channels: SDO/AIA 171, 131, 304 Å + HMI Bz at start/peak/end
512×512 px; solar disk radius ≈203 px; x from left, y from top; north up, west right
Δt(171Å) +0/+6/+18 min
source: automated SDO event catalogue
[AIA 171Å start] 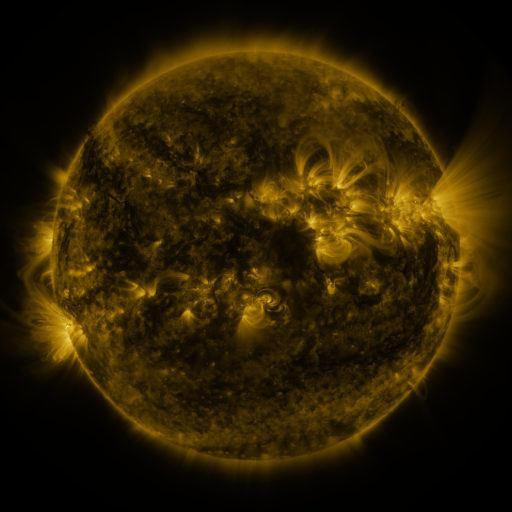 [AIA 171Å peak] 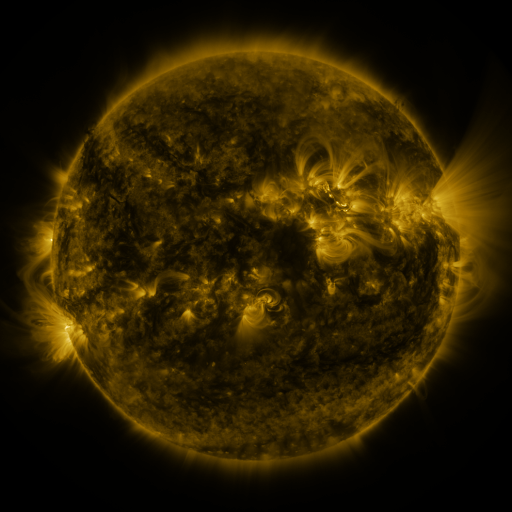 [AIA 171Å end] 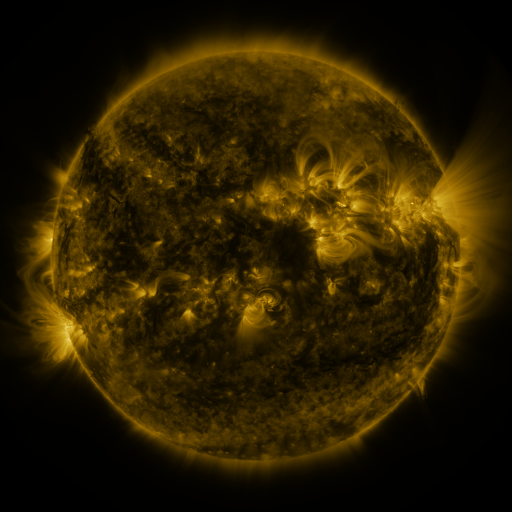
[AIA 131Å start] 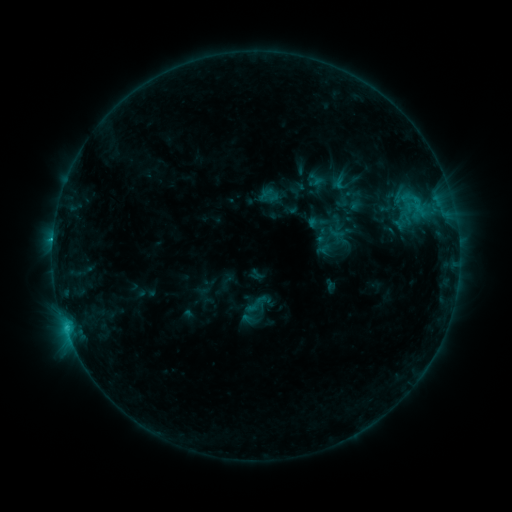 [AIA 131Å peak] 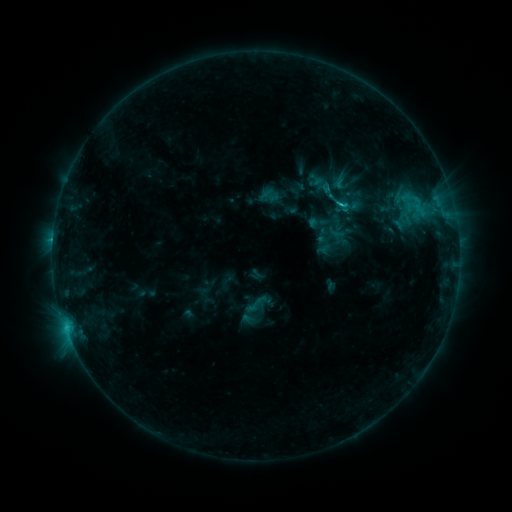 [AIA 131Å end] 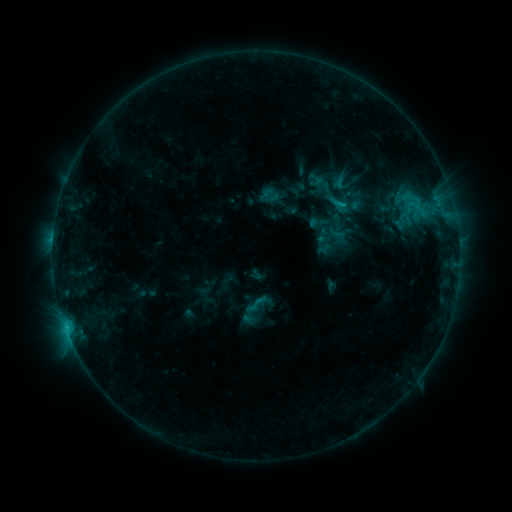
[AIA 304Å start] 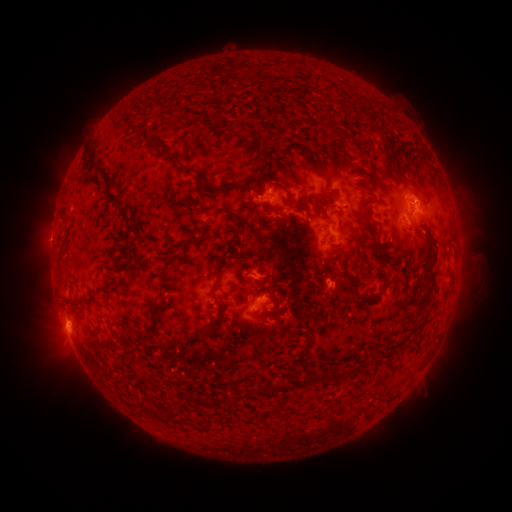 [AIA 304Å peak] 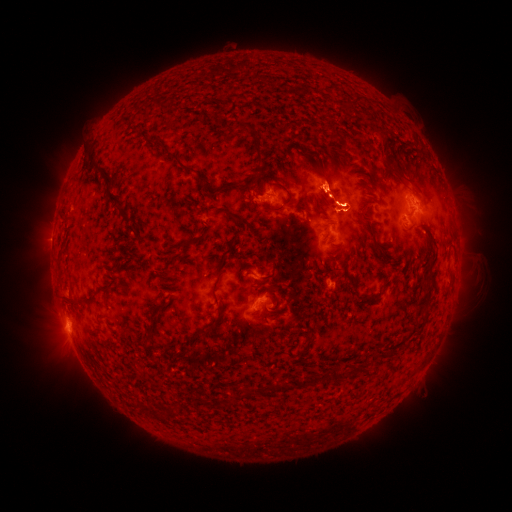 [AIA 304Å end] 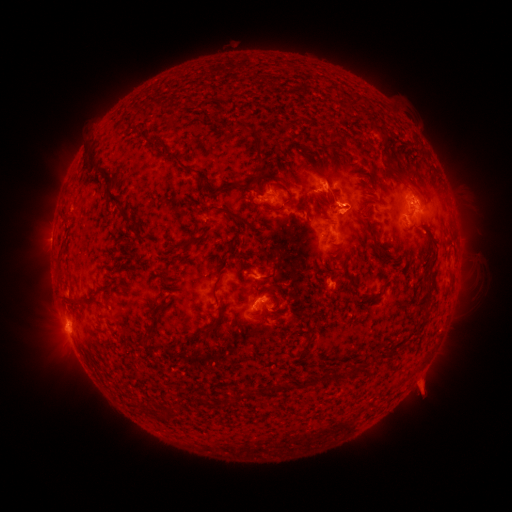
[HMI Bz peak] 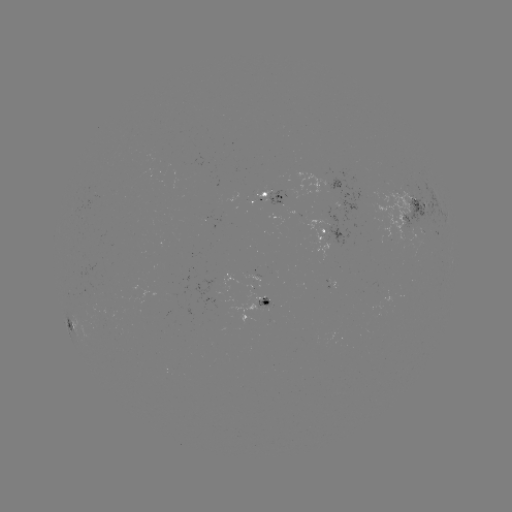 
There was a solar flare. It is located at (339, 208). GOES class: C1.5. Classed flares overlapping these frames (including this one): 1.